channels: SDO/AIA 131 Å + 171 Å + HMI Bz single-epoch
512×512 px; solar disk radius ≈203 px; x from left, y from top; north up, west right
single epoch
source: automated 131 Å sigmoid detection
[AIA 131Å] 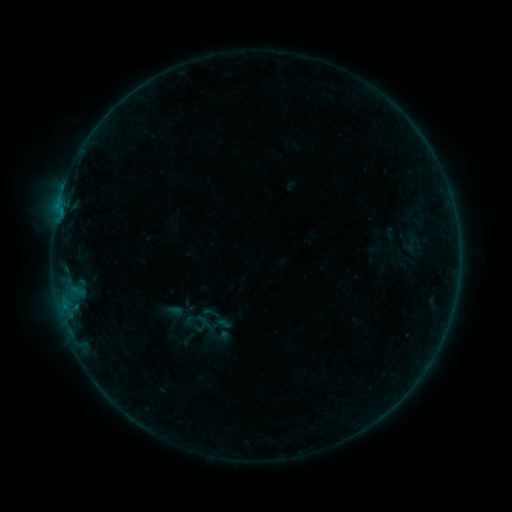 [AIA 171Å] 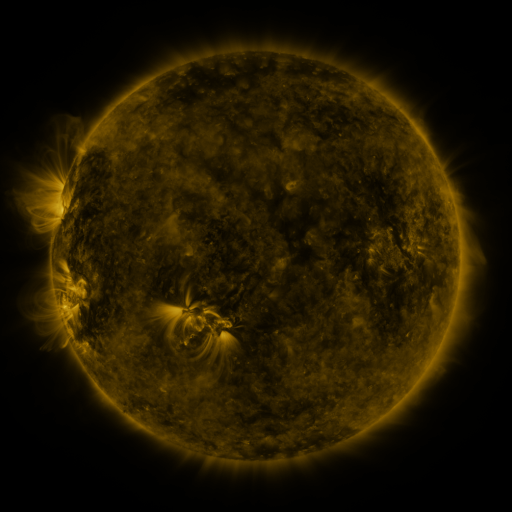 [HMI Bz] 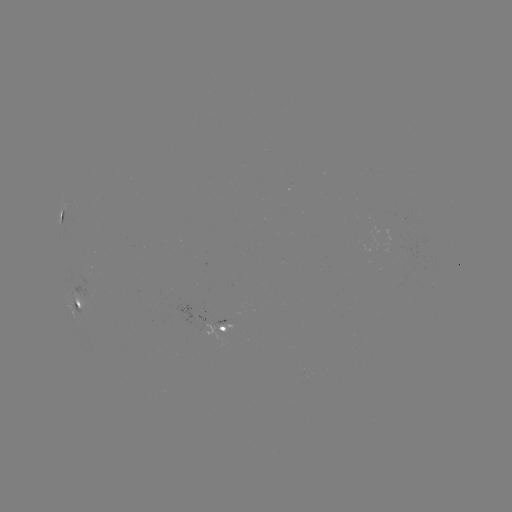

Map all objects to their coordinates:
sigmoid: <bbox>201, 302, 221, 323</bbox>
